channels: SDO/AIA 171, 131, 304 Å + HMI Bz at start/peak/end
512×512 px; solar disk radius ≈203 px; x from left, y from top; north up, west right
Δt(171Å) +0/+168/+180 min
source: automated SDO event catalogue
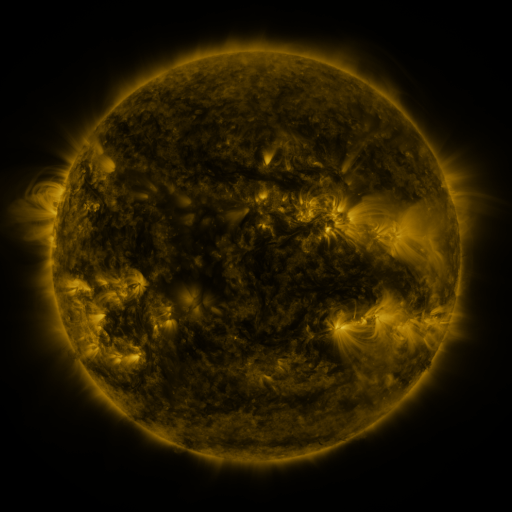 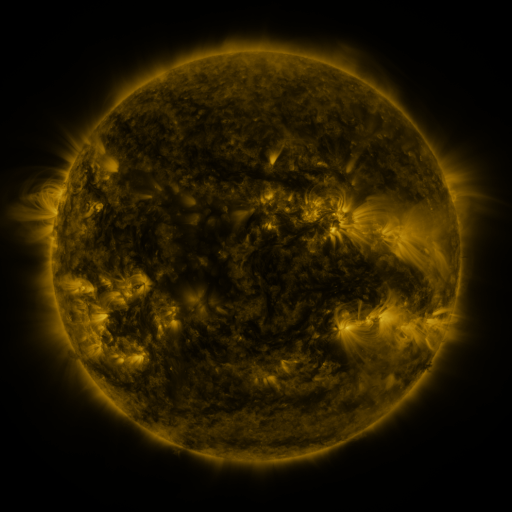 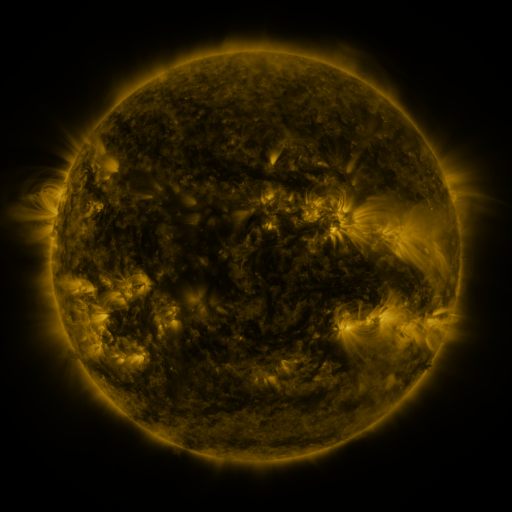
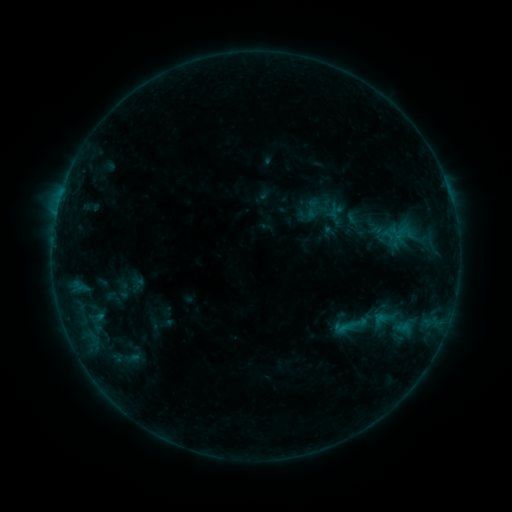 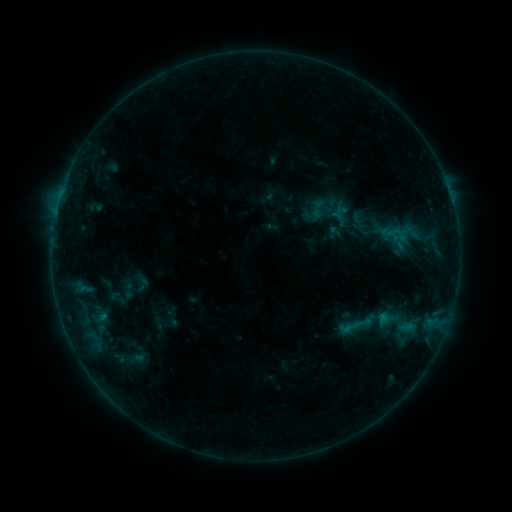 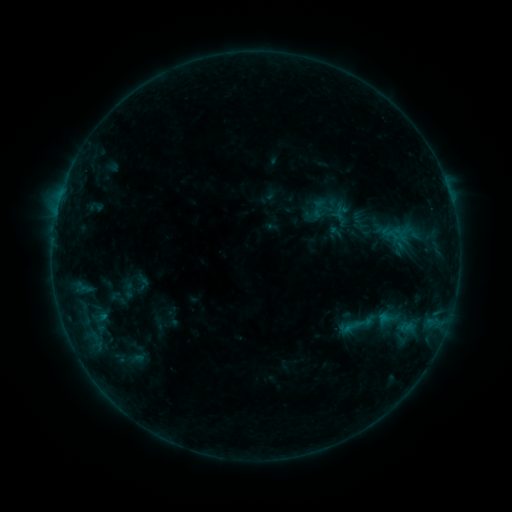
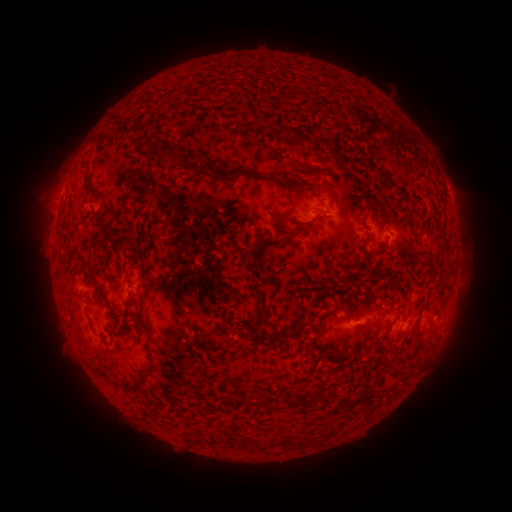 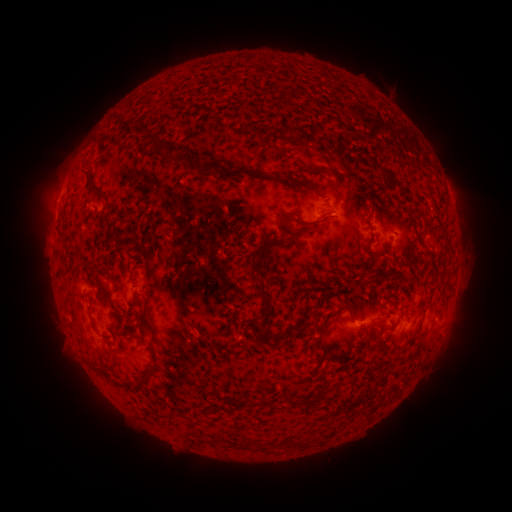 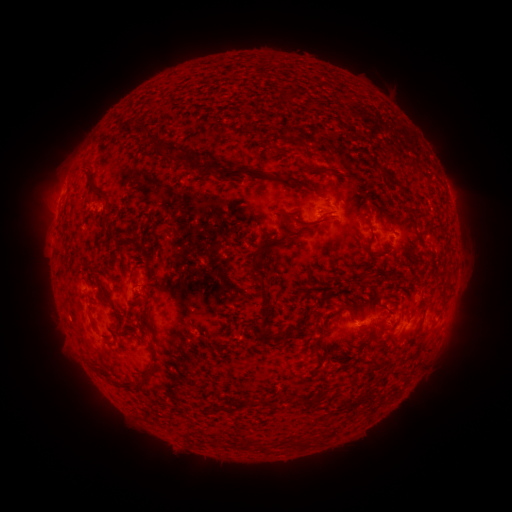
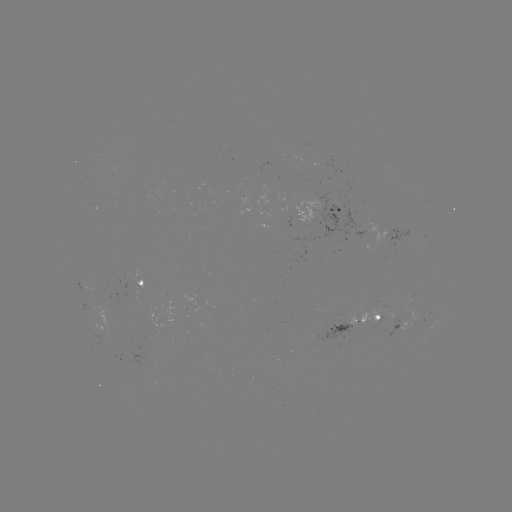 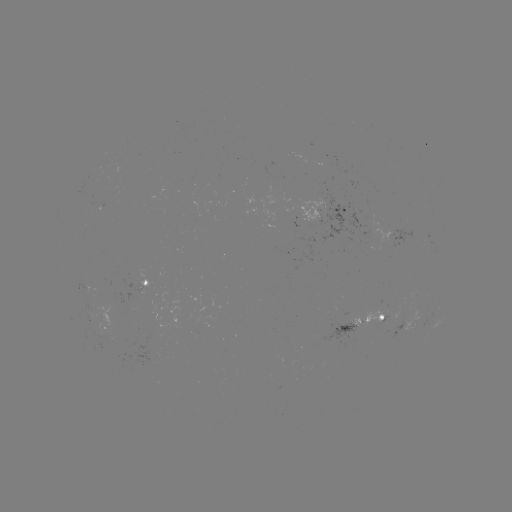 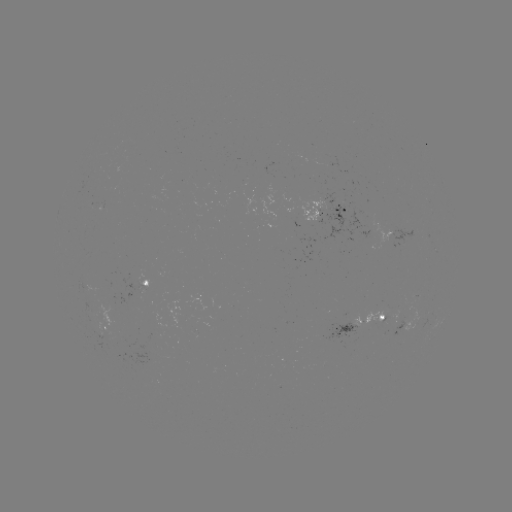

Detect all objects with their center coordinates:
emerging-flux region: (105, 335)
